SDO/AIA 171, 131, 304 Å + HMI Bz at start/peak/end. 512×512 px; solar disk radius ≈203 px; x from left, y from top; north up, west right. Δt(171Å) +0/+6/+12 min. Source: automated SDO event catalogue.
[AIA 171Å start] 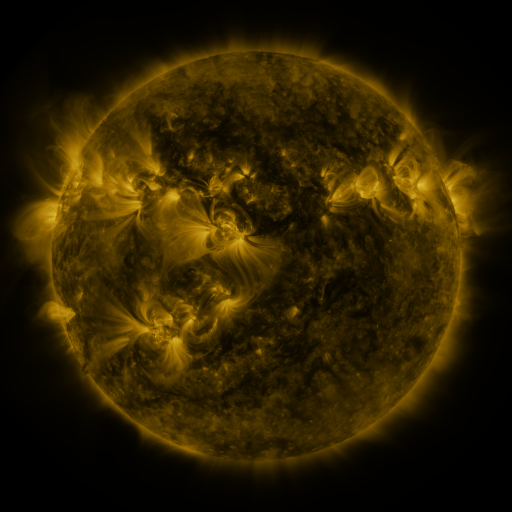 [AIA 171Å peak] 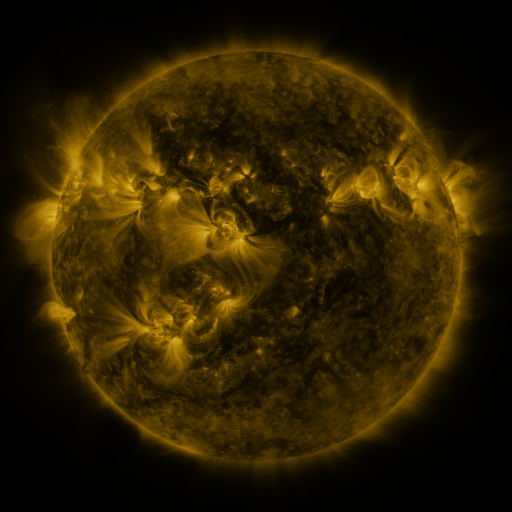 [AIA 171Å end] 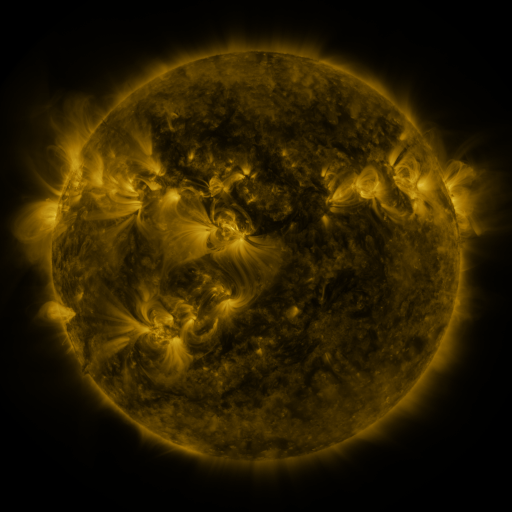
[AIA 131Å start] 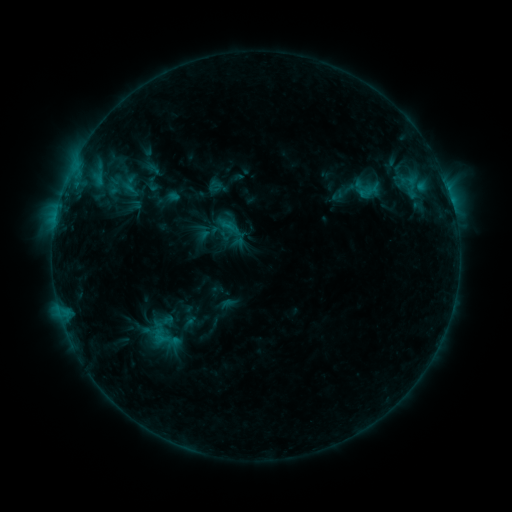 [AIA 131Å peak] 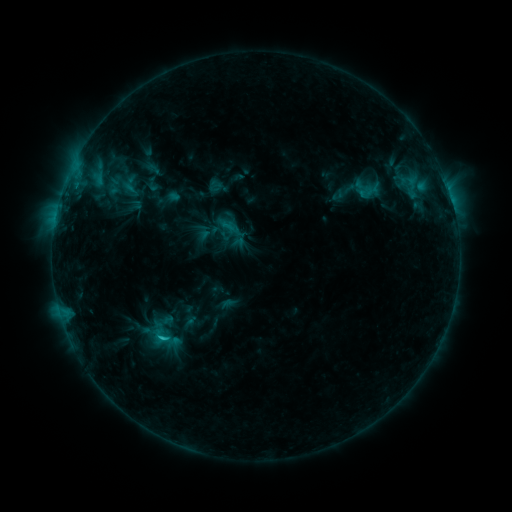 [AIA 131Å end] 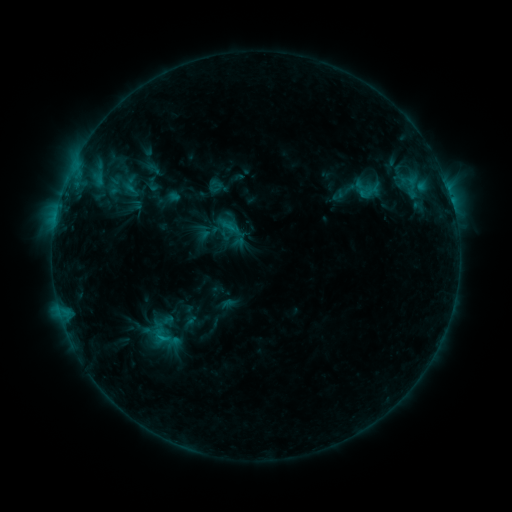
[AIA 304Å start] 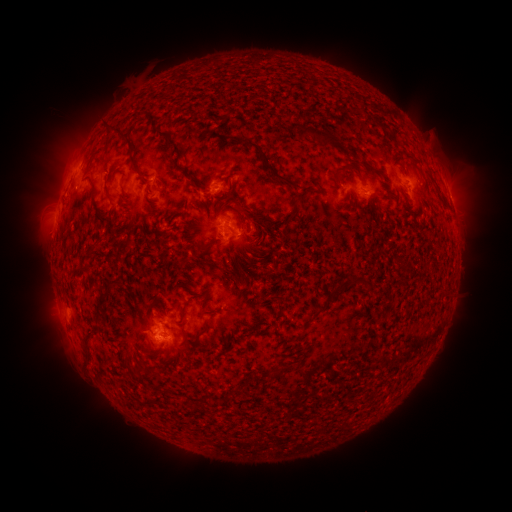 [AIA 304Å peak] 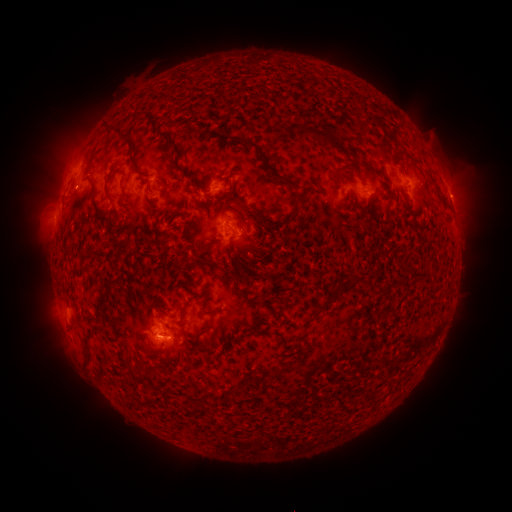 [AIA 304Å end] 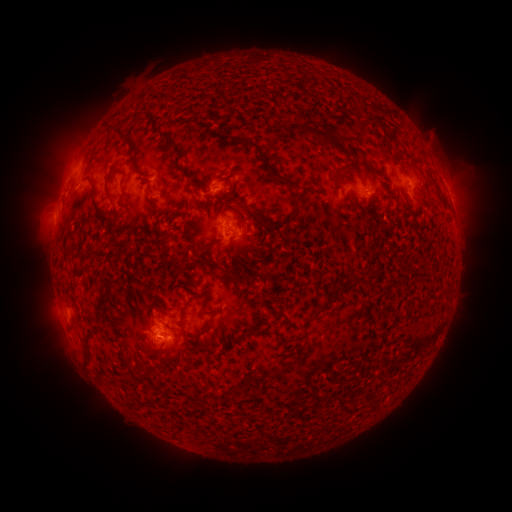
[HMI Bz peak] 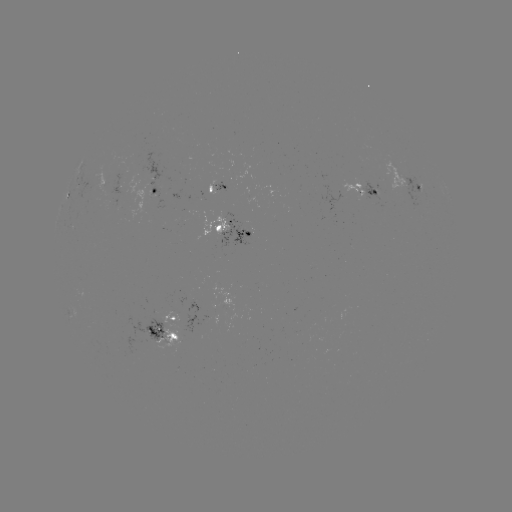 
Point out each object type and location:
C1.2 flare: (164, 337)
